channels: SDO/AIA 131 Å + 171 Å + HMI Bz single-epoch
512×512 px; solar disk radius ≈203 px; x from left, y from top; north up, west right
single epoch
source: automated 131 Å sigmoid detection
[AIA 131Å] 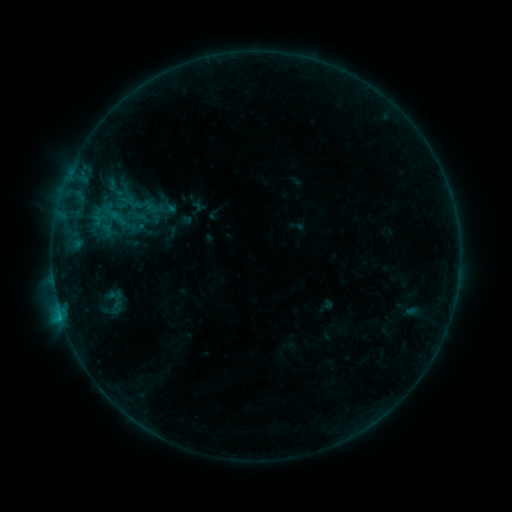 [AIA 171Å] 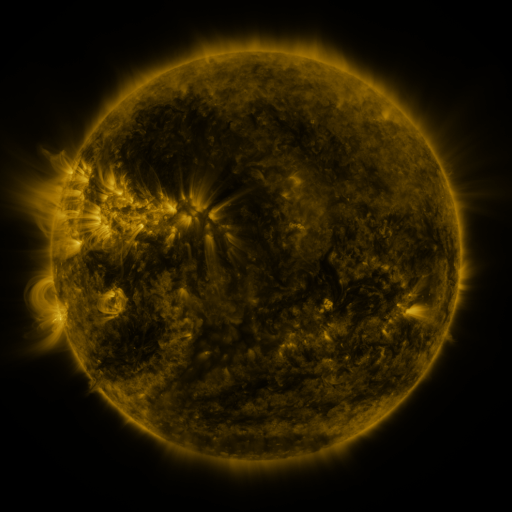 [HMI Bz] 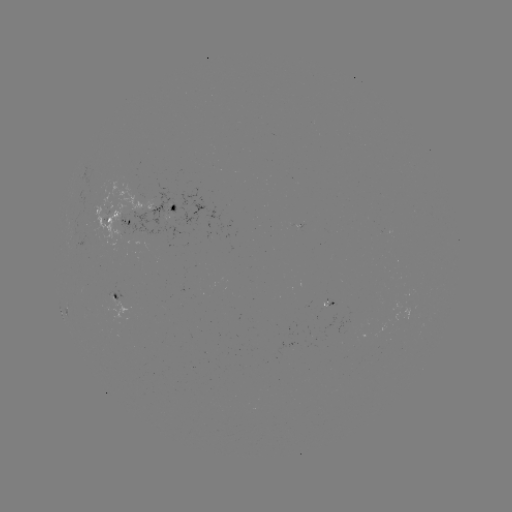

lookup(sigmoid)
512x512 127,209